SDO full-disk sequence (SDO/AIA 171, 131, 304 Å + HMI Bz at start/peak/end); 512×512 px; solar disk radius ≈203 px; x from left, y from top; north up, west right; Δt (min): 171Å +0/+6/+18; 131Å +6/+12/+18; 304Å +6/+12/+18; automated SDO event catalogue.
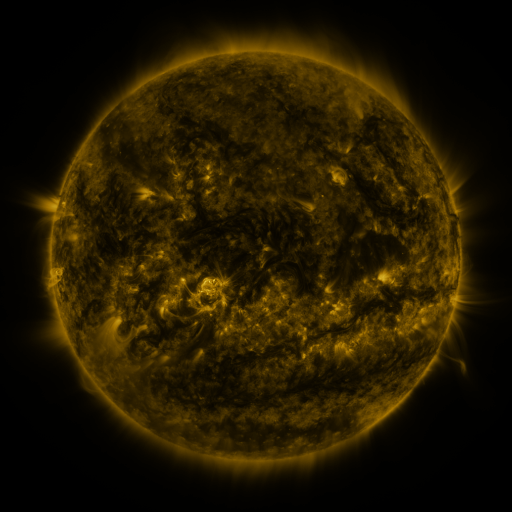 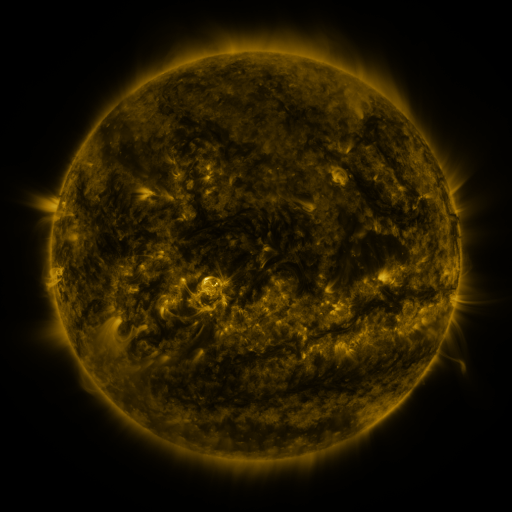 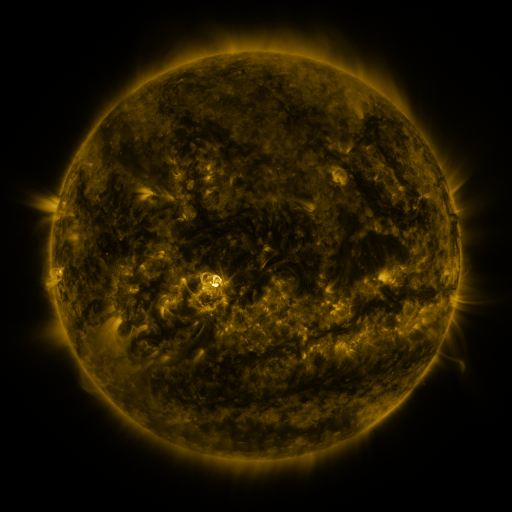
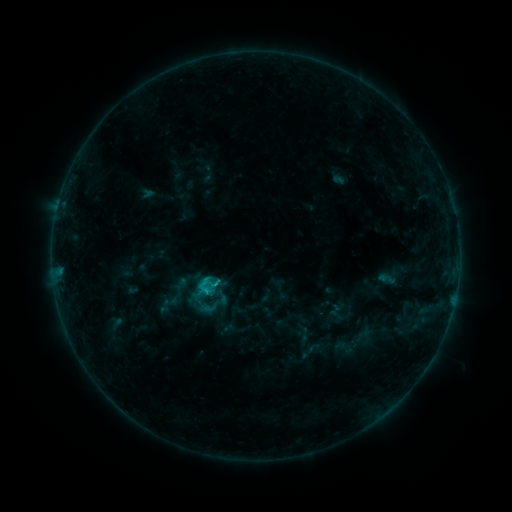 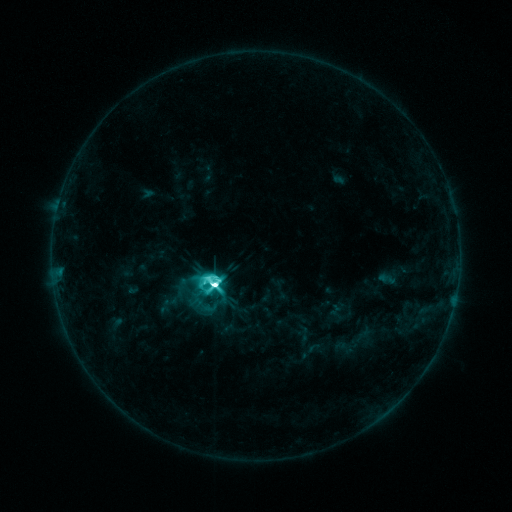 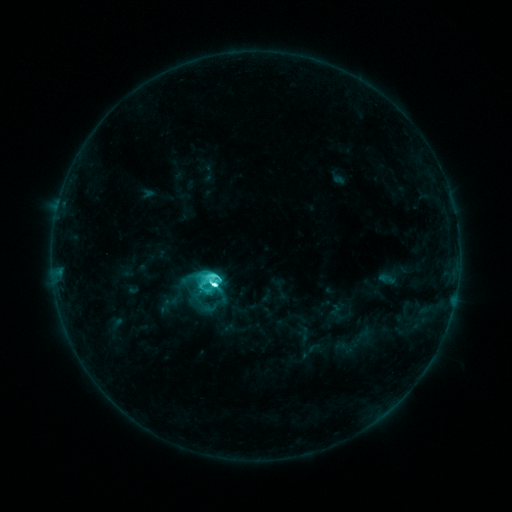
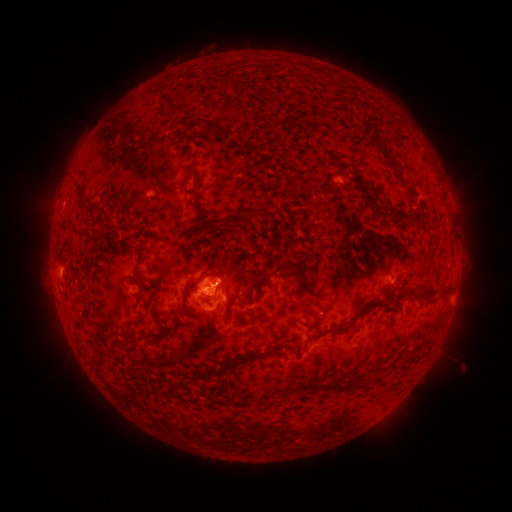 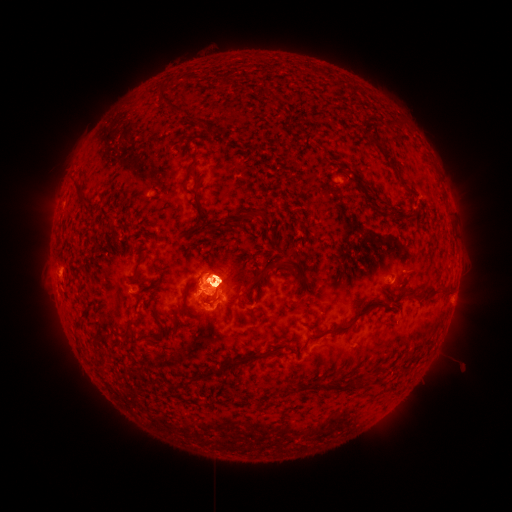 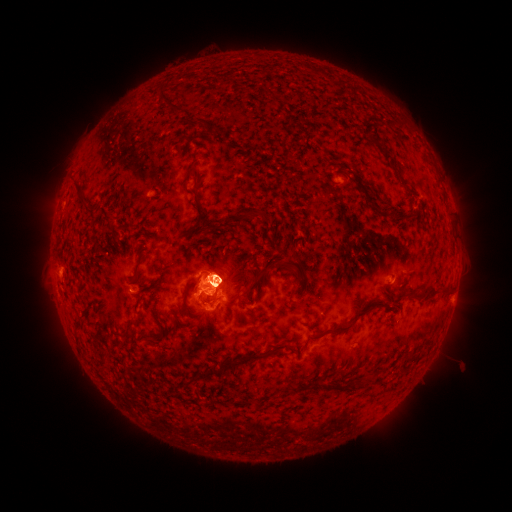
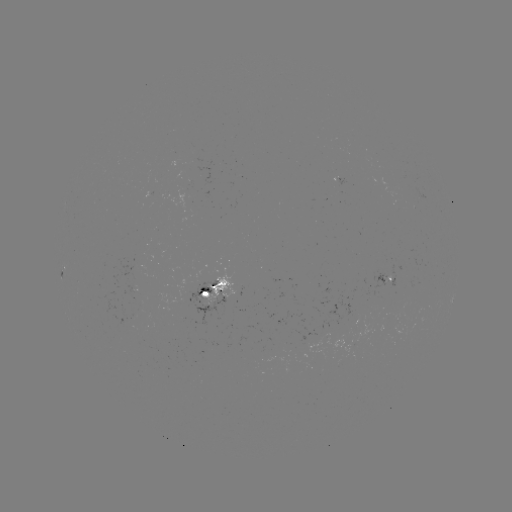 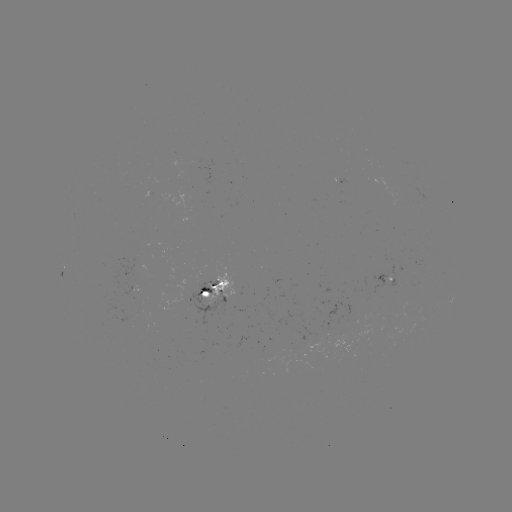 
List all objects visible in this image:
M3.2 flare: (218, 284)
